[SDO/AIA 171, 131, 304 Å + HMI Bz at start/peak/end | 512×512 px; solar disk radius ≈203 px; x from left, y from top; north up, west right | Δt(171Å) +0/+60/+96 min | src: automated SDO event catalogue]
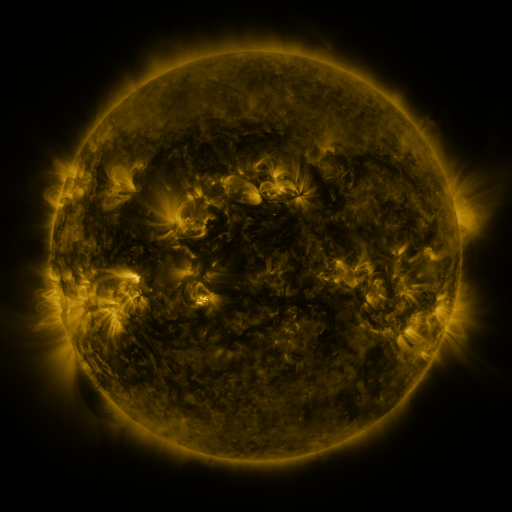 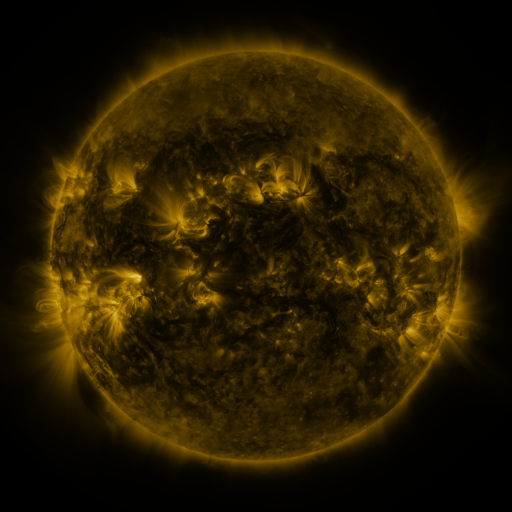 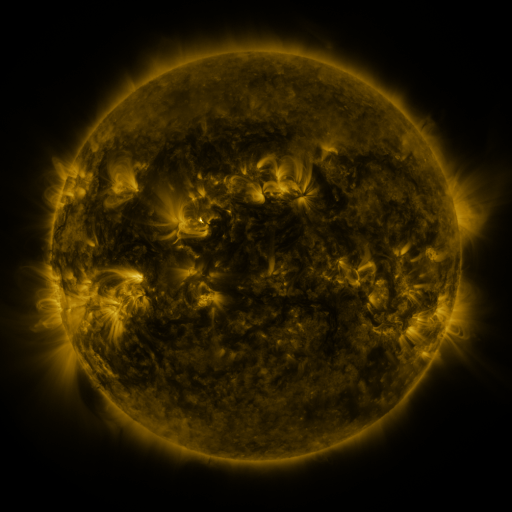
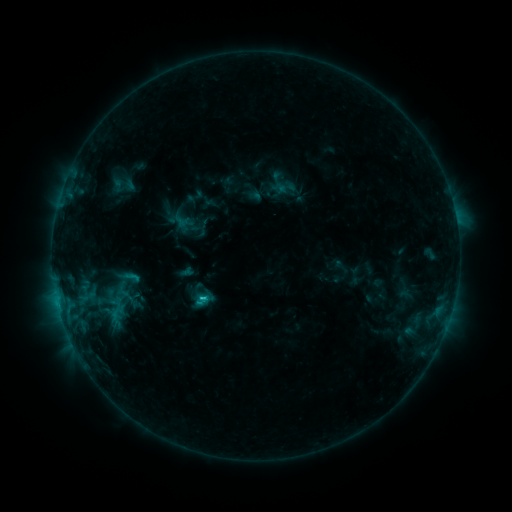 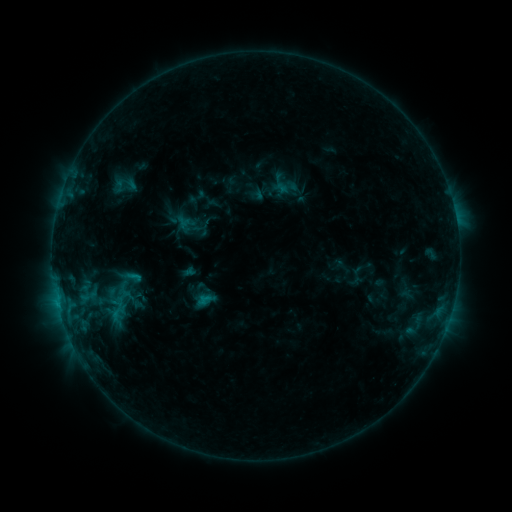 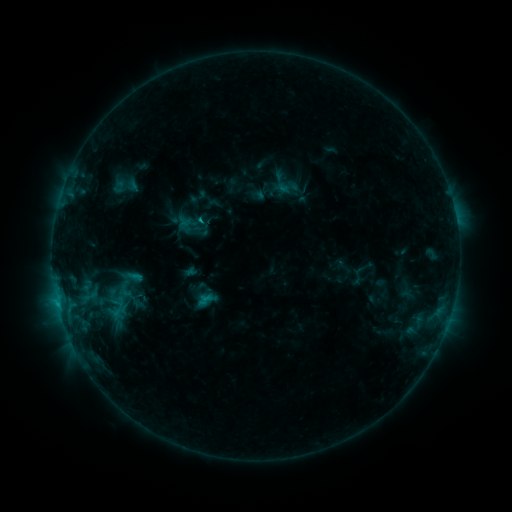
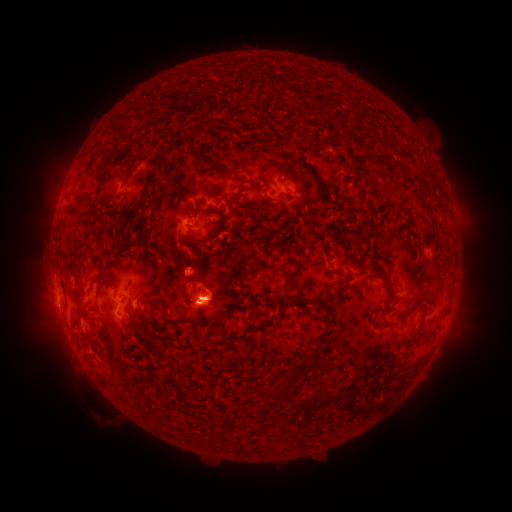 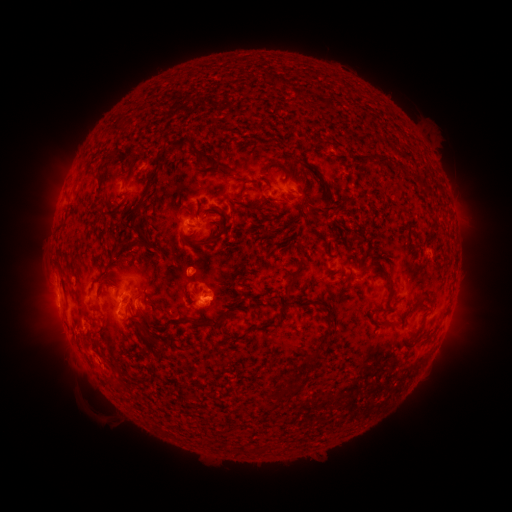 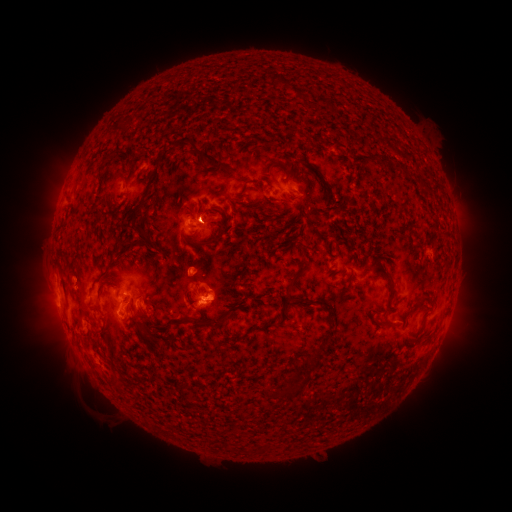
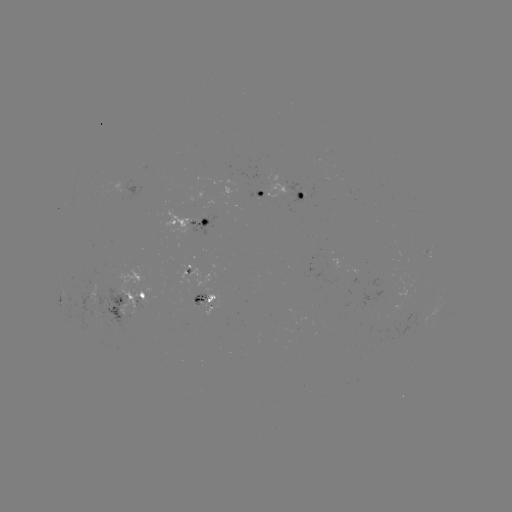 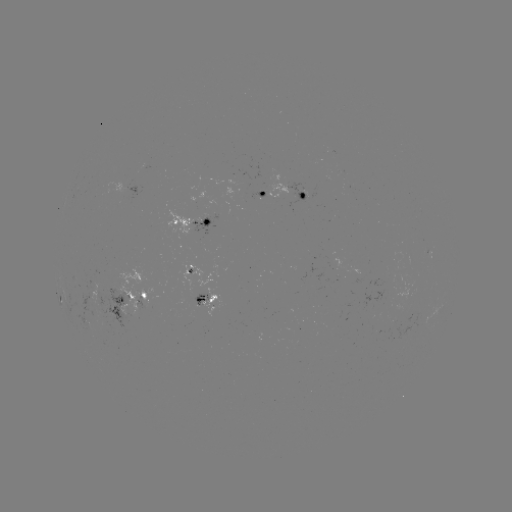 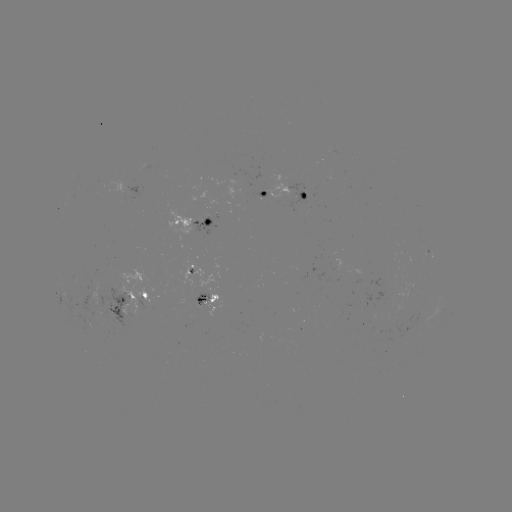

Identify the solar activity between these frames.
emerging-flux region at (192, 298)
